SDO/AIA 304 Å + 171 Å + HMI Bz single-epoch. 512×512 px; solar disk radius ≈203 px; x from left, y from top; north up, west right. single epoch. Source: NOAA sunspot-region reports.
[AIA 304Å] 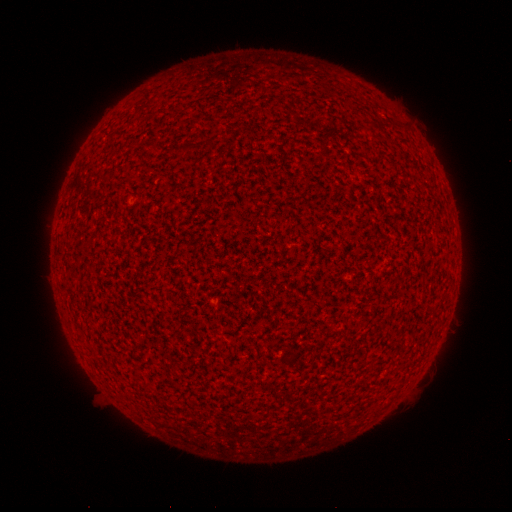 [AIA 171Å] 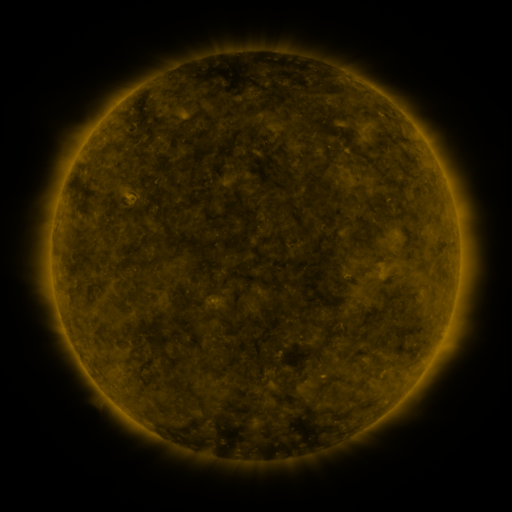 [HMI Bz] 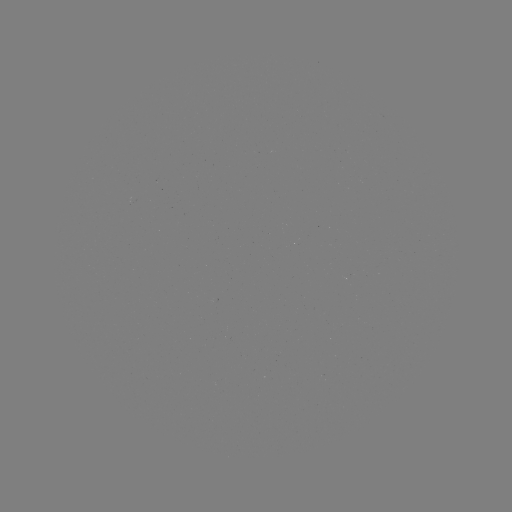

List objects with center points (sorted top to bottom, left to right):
(none)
